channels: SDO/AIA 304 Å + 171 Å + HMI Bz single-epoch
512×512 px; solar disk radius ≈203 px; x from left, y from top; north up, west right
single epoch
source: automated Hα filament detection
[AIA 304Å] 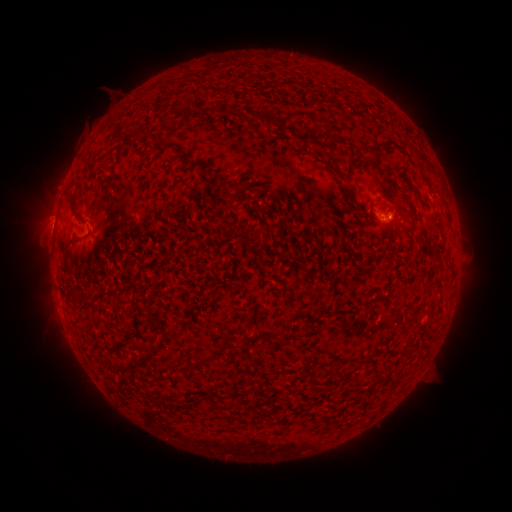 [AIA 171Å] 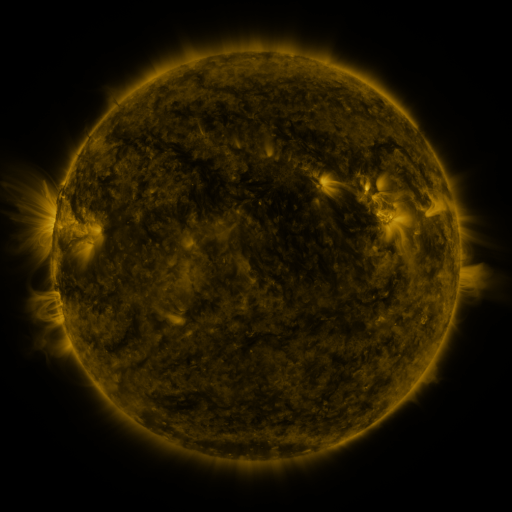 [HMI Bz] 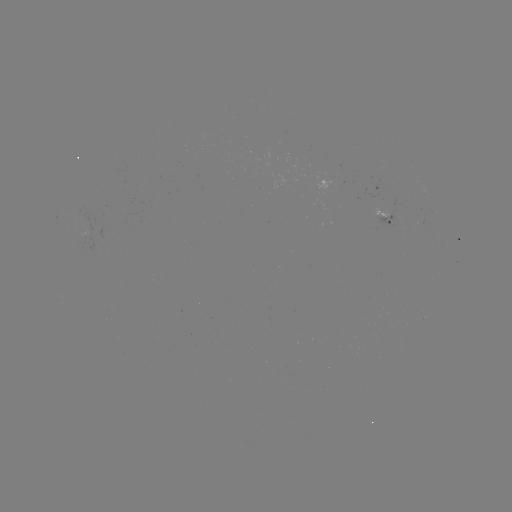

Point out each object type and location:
filament: (148, 107)
filament: (212, 110)
filament: (264, 114)
filament: (300, 140)
filament: (376, 157)
filament: (399, 170)
filament: (267, 187)
filament: (238, 195)
filament: (414, 228)
filament: (70, 243)
filament: (380, 296)
filament: (96, 298)
filament: (231, 346)
filament: (197, 363)
